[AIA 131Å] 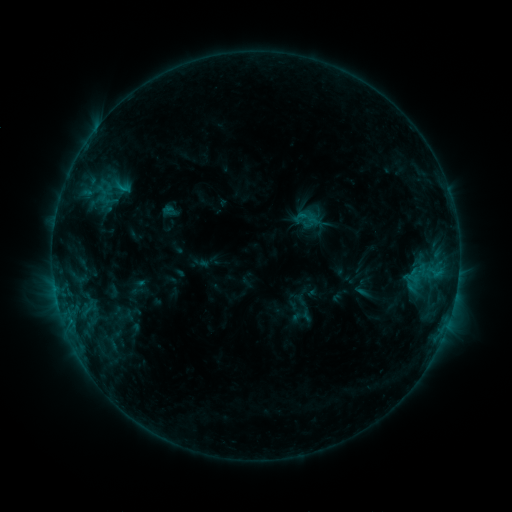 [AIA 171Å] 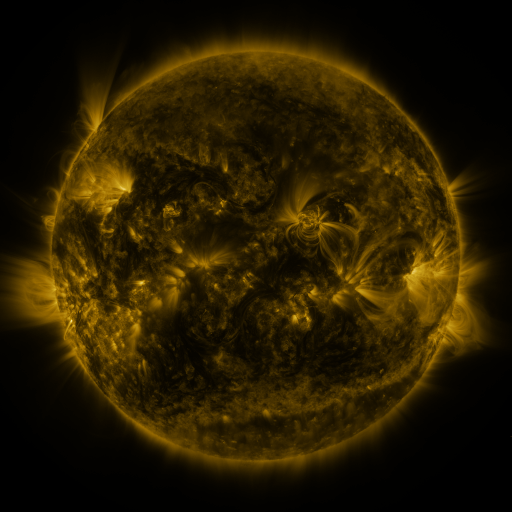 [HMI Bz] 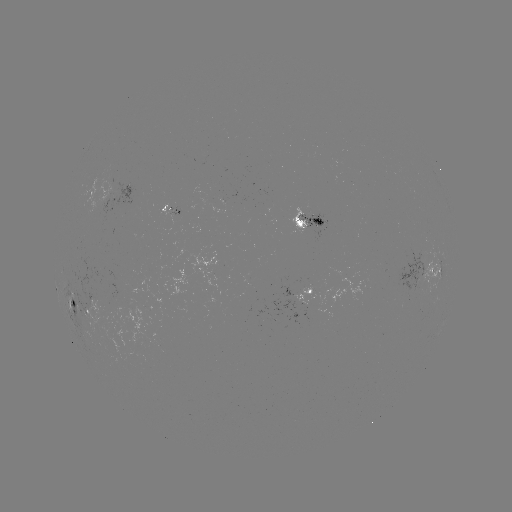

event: sigmoid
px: (121, 185)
